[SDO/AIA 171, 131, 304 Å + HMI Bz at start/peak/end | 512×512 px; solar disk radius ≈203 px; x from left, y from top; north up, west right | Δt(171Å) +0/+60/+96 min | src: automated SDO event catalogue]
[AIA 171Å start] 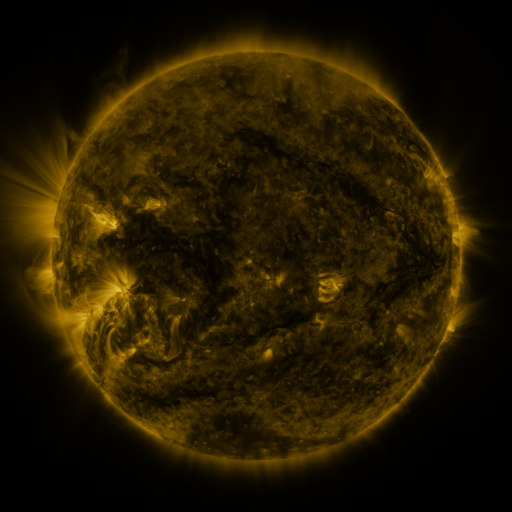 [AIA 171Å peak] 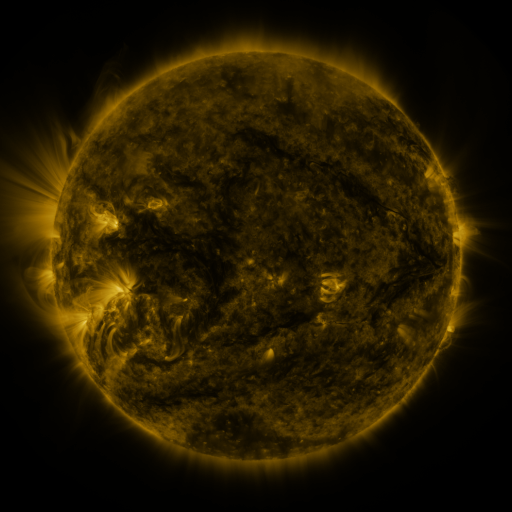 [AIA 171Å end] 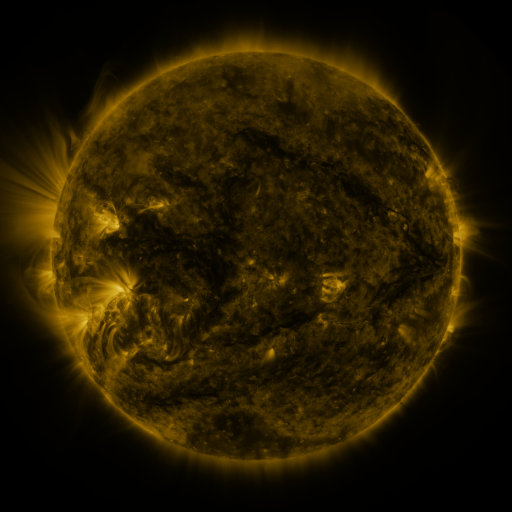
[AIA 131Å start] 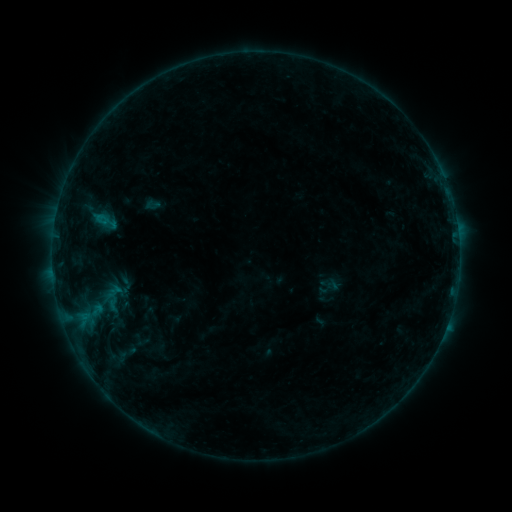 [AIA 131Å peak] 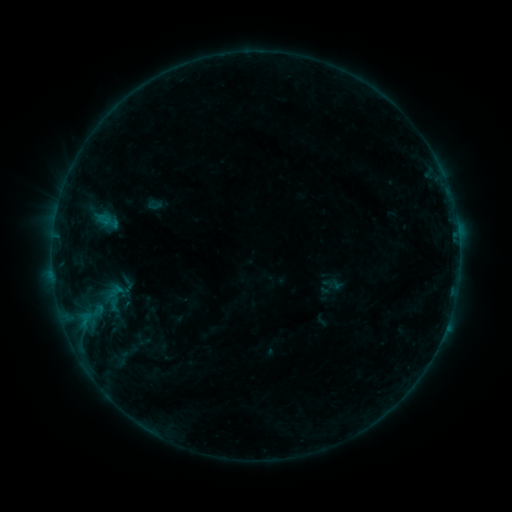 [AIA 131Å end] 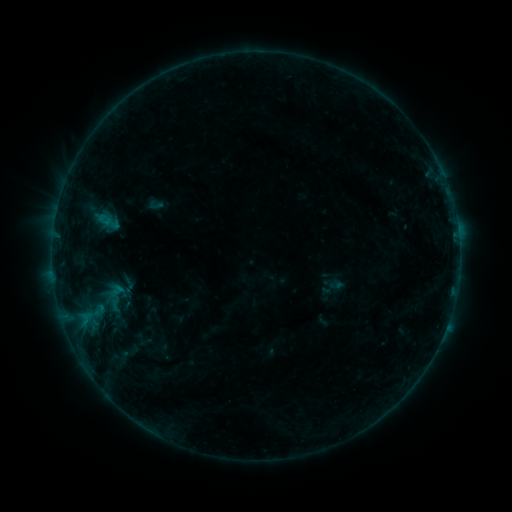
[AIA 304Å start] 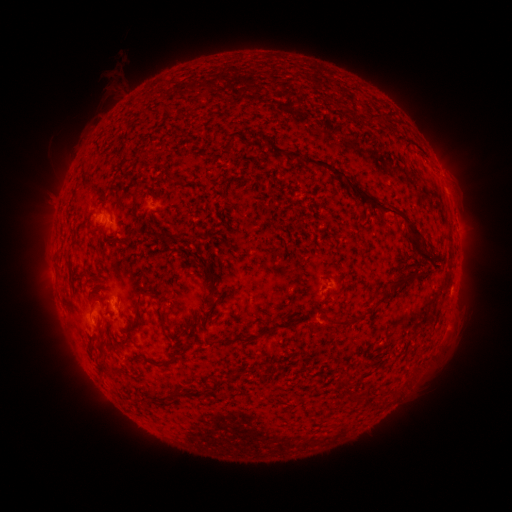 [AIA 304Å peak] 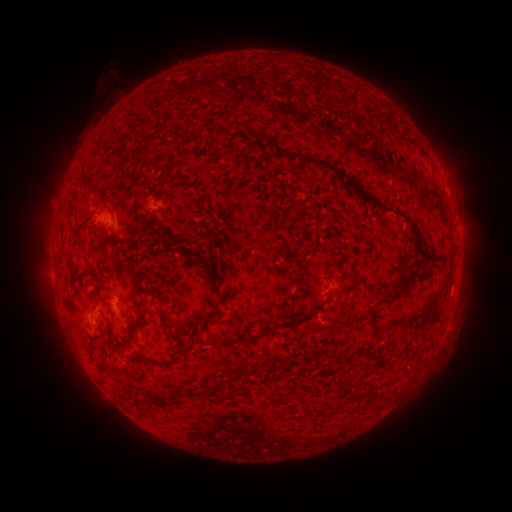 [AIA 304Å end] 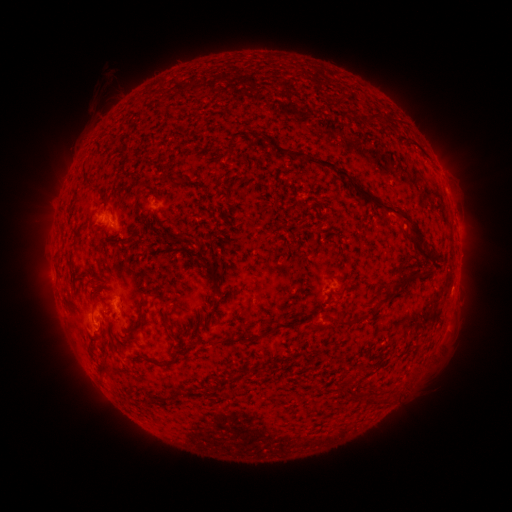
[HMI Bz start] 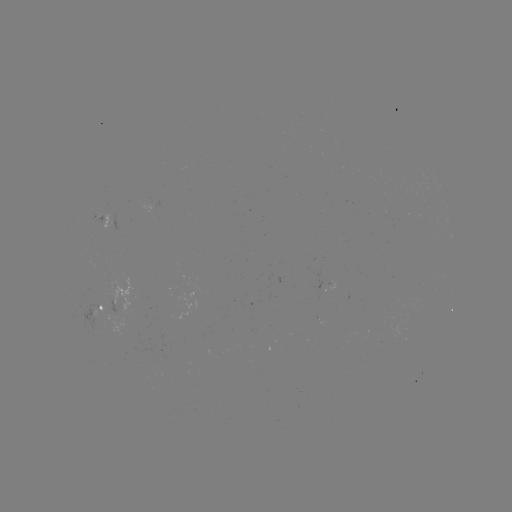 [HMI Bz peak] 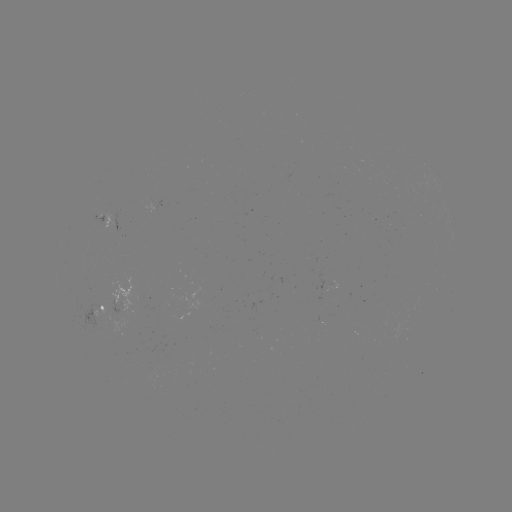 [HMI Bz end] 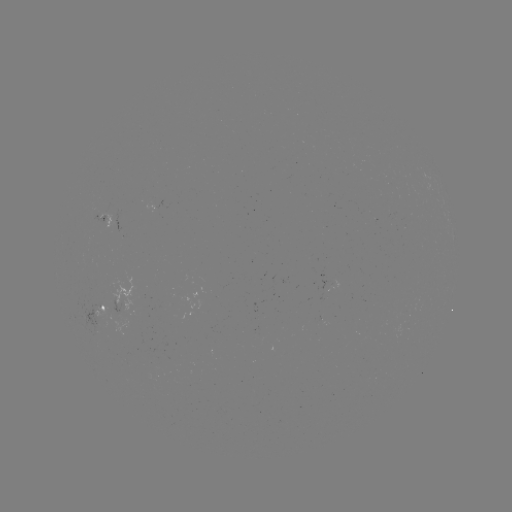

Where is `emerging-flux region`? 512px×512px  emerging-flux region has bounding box [109, 300, 131, 315].